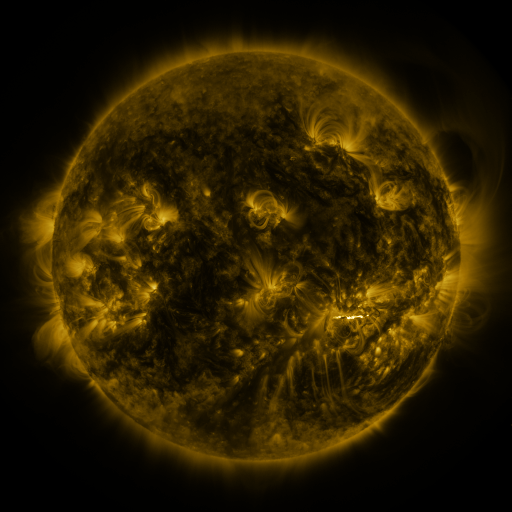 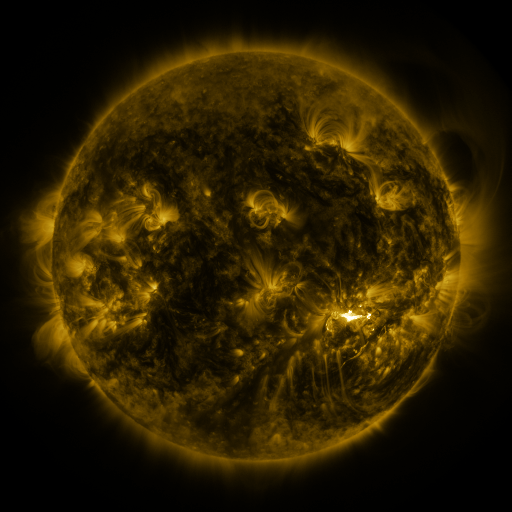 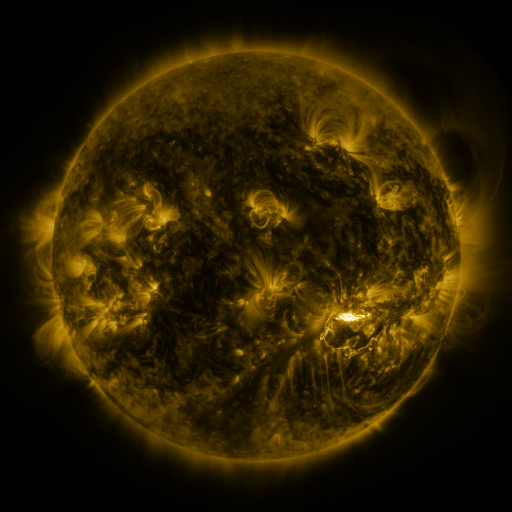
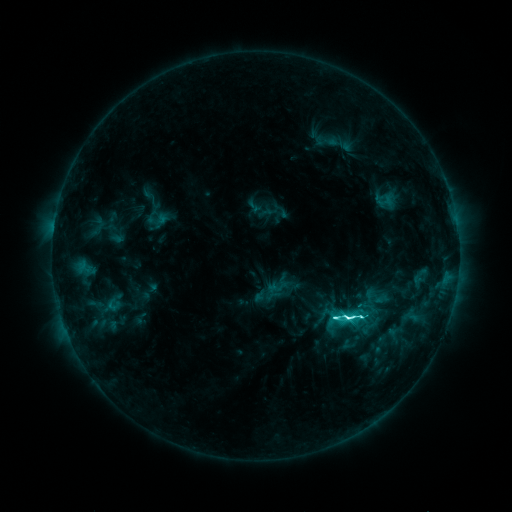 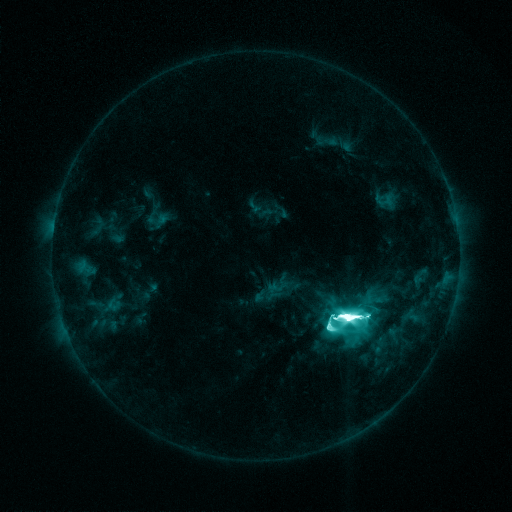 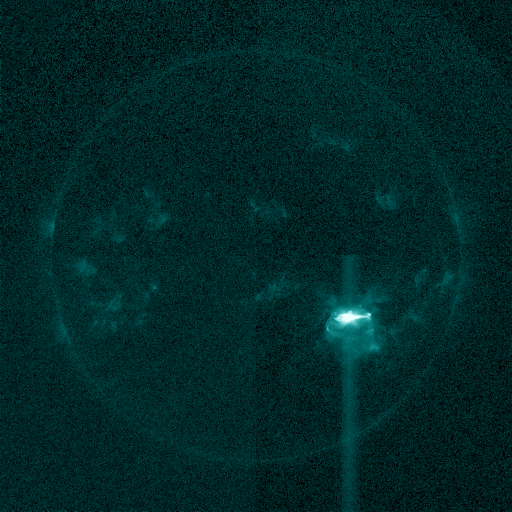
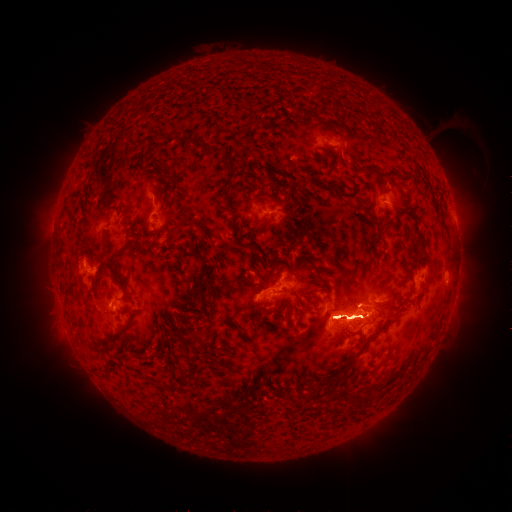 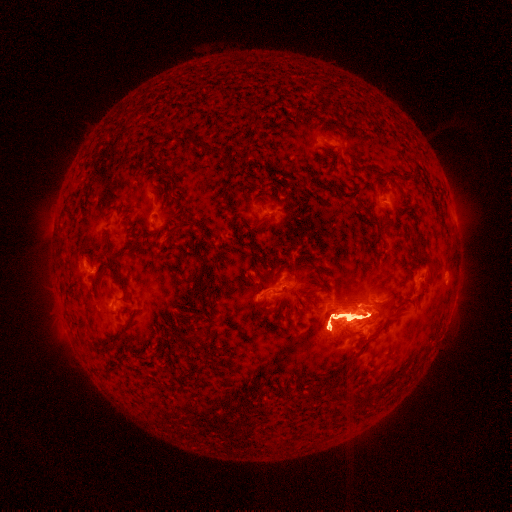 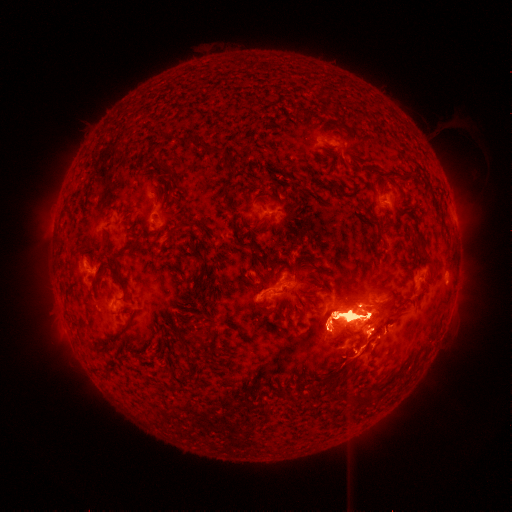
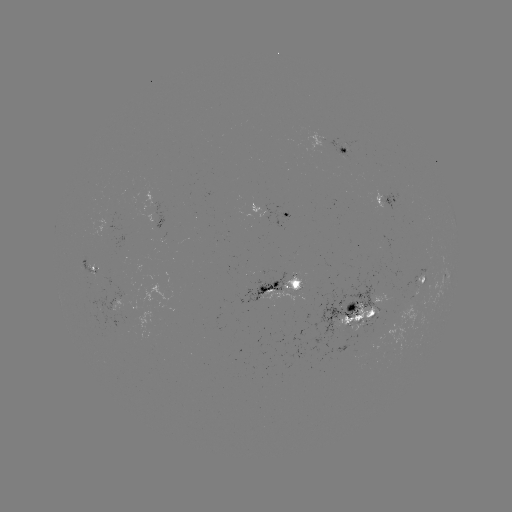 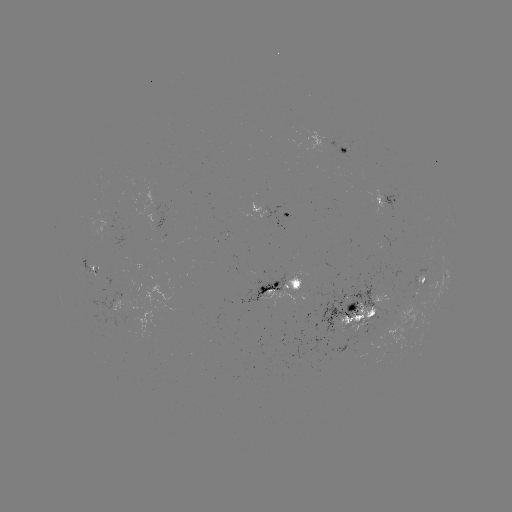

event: eruption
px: (396, 258)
